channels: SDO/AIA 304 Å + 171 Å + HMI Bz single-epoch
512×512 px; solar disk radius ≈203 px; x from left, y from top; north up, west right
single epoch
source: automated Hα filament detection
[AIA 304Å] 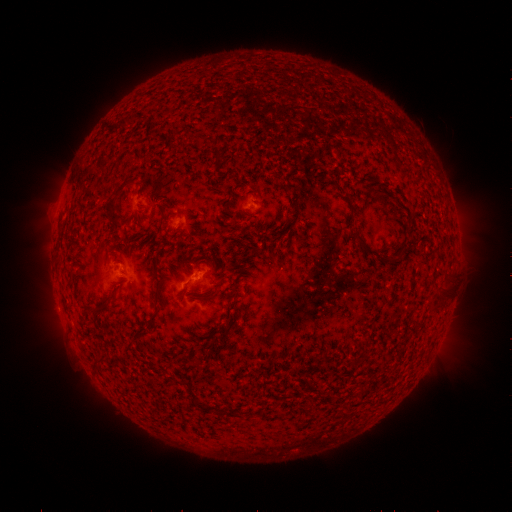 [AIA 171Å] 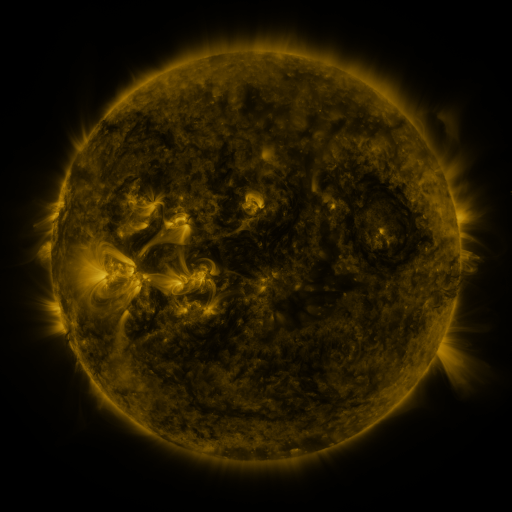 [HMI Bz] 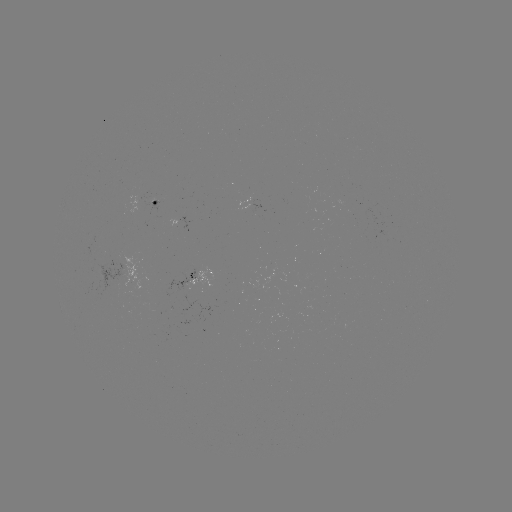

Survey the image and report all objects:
filament: [104, 194, 121, 226]
filament: [353, 232, 376, 259]
filament: [396, 252, 404, 263]
filament: [152, 287, 160, 299]
filament: [437, 289, 451, 301]
filament: [428, 302, 446, 313]
filament: [189, 392, 198, 406]
